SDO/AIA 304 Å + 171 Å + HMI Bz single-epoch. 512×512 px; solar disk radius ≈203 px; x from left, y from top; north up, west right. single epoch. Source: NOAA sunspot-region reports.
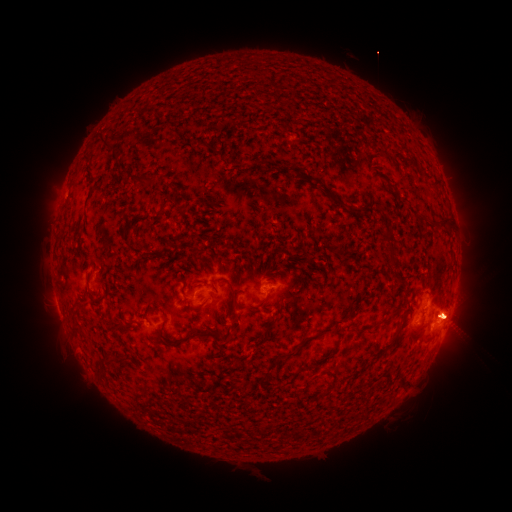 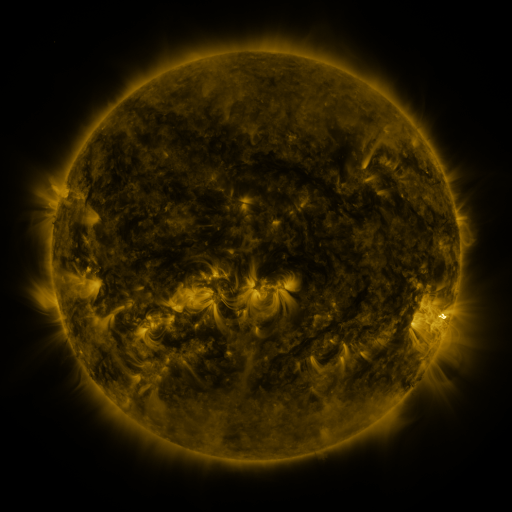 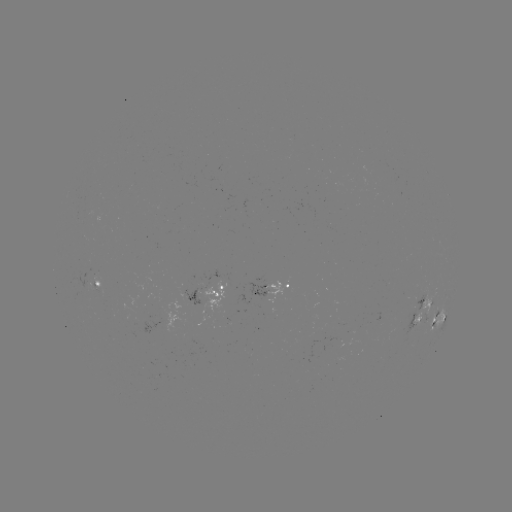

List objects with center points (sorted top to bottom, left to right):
spotted active region: (101, 281)
spotted active region: (210, 286)
spotted active region: (269, 289)
spotted active region: (425, 309)
spotted active region: (419, 319)
spotted active region: (439, 320)
